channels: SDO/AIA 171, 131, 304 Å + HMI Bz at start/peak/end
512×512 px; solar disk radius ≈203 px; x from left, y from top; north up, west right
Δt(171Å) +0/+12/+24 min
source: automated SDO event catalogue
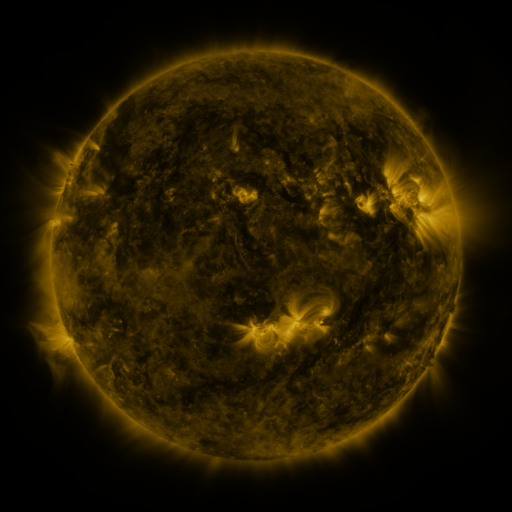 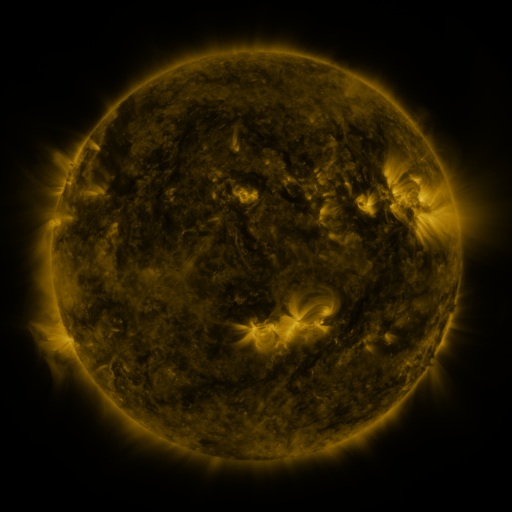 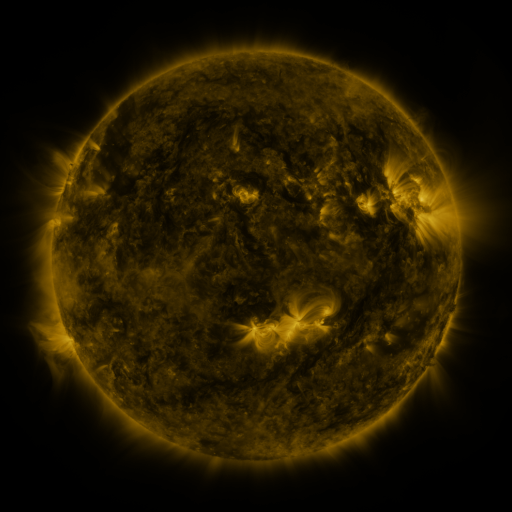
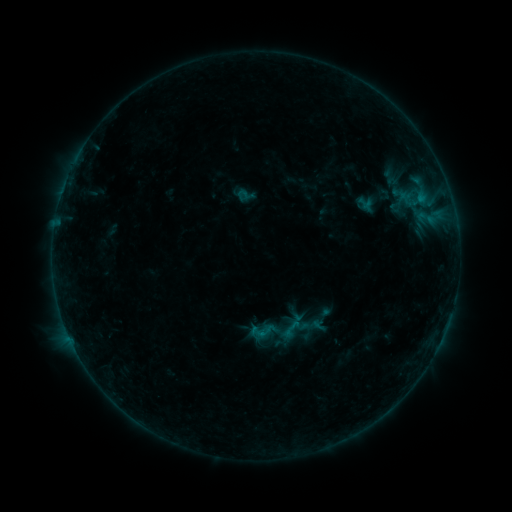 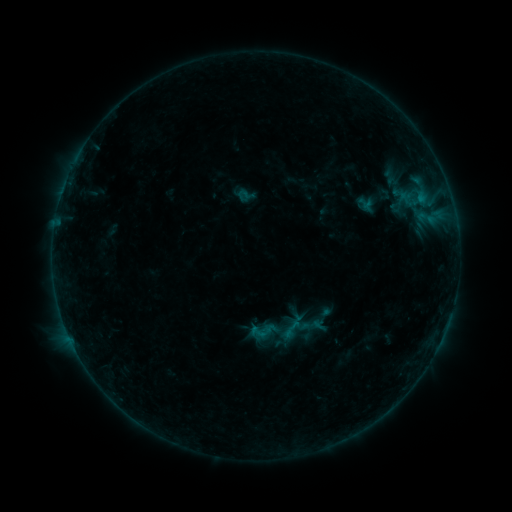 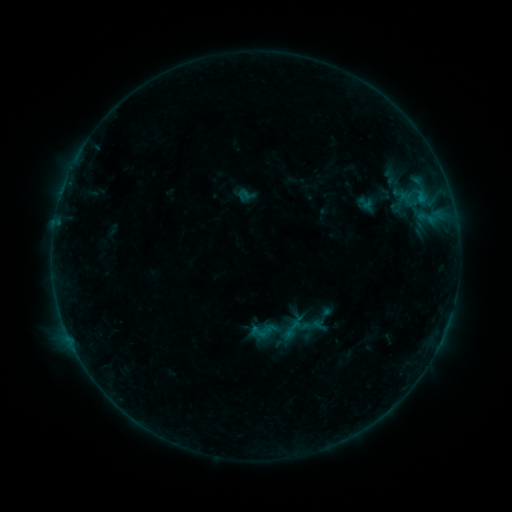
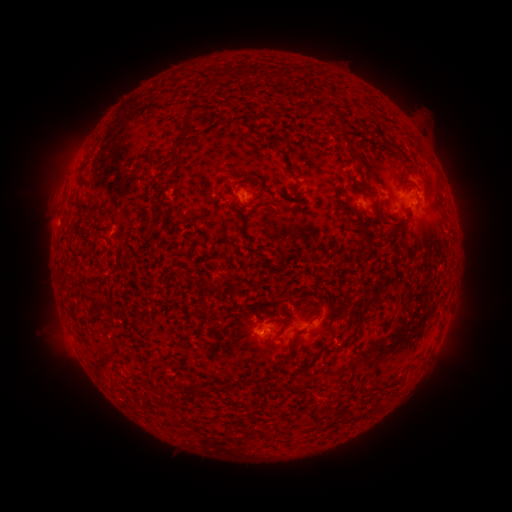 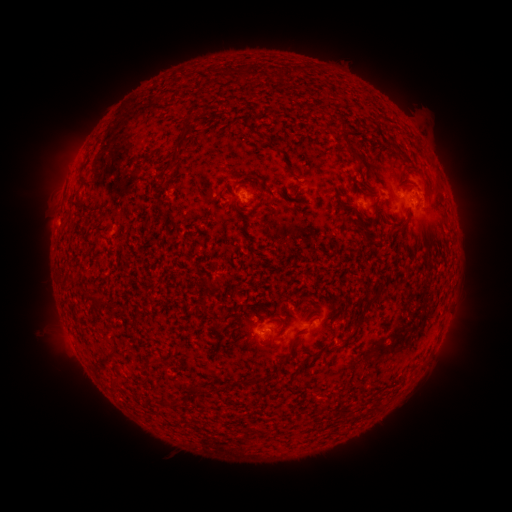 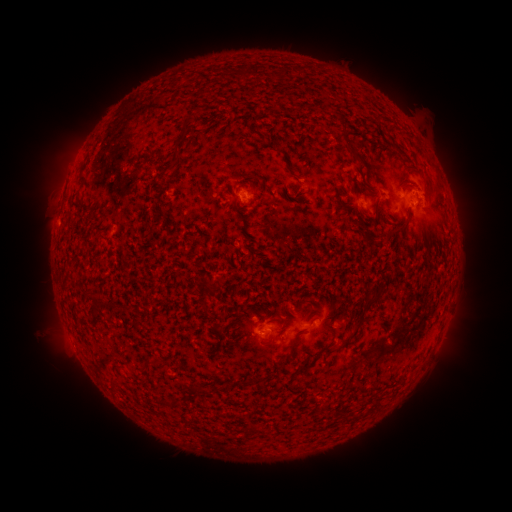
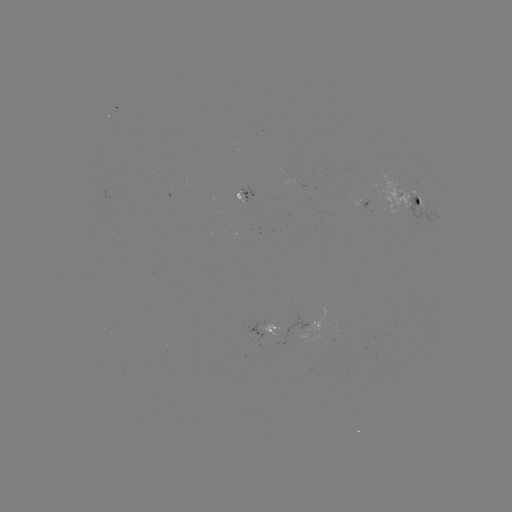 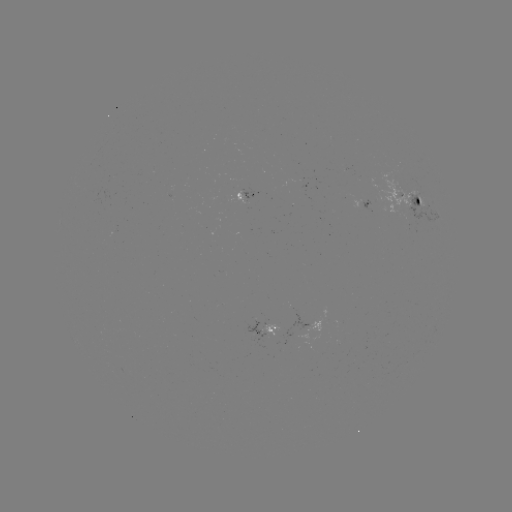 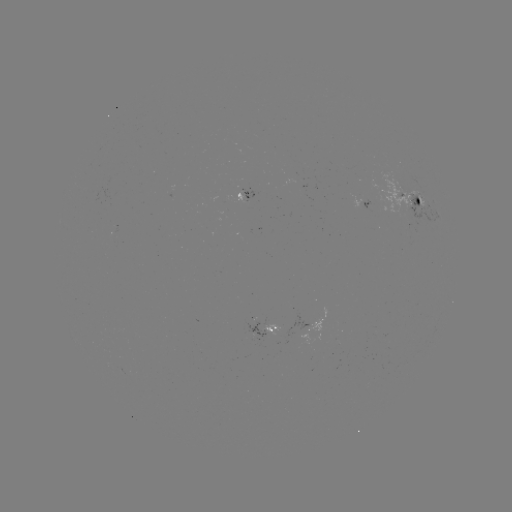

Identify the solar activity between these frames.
no flare in any classed list; no EUV-trigger detection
